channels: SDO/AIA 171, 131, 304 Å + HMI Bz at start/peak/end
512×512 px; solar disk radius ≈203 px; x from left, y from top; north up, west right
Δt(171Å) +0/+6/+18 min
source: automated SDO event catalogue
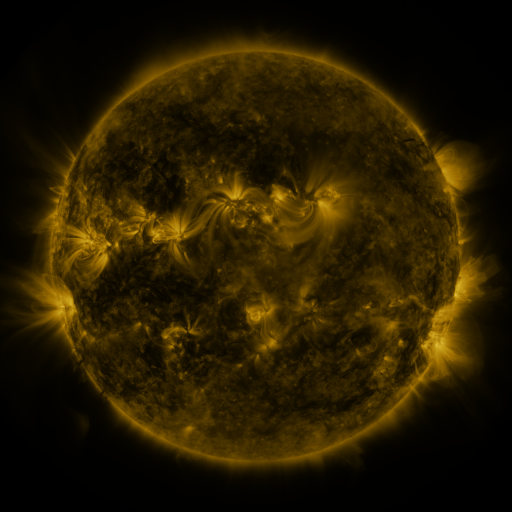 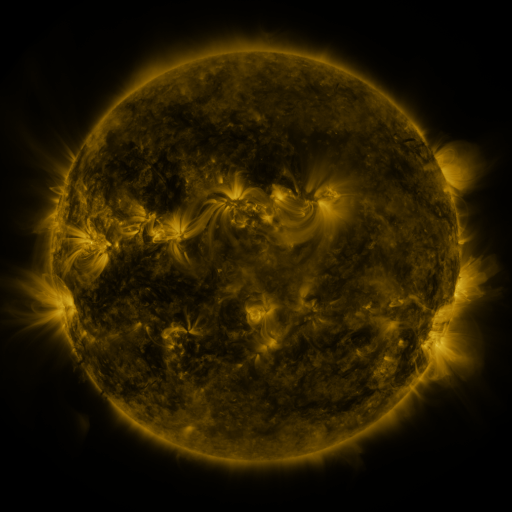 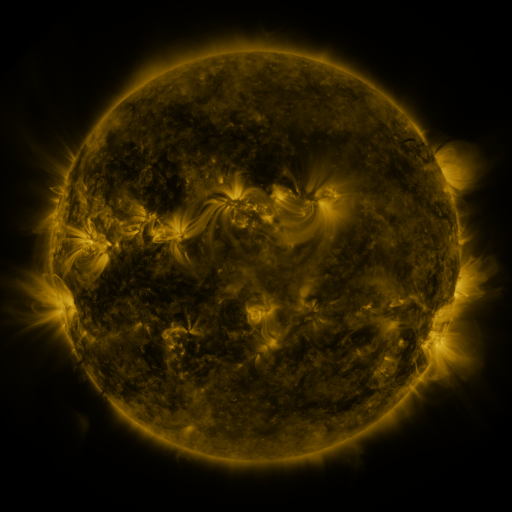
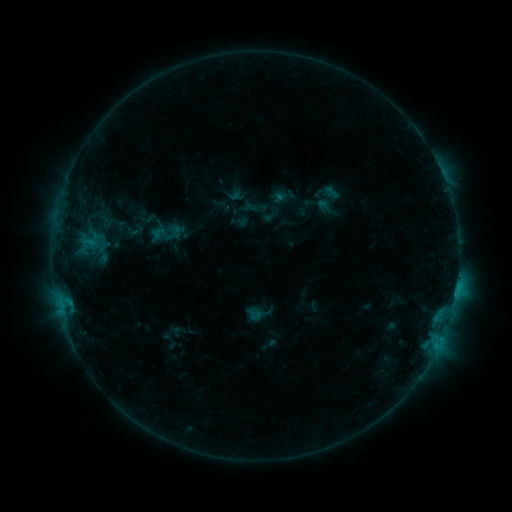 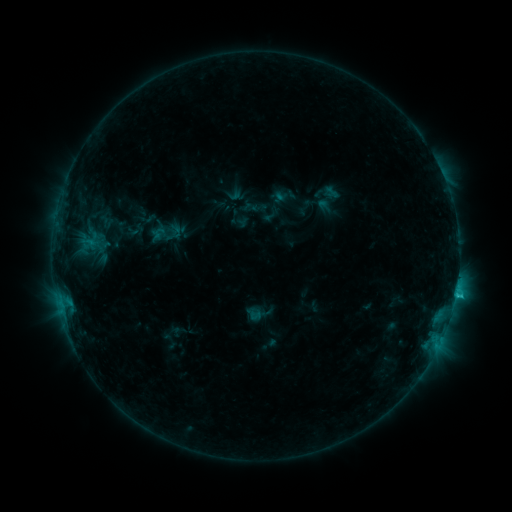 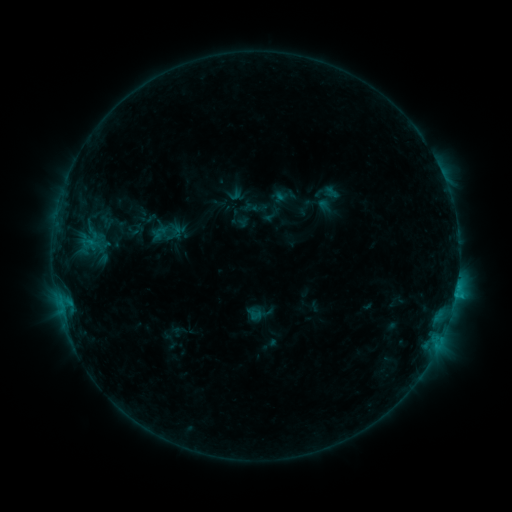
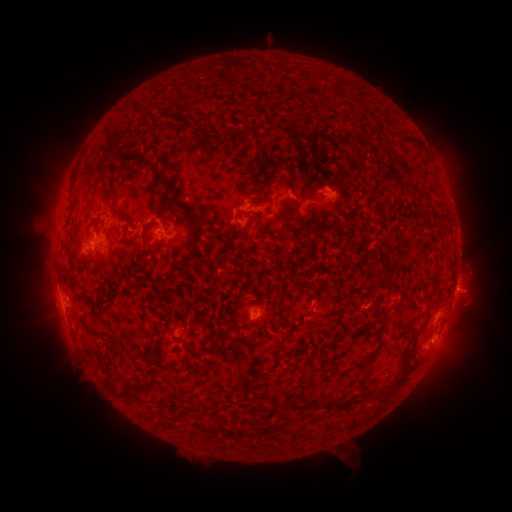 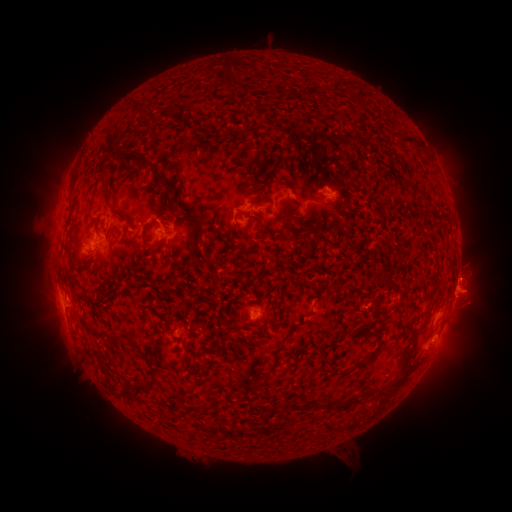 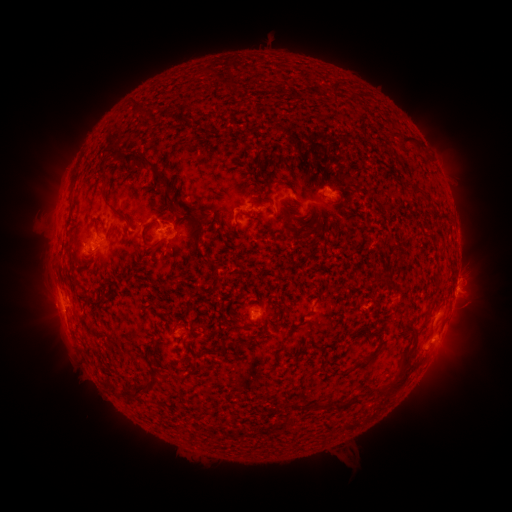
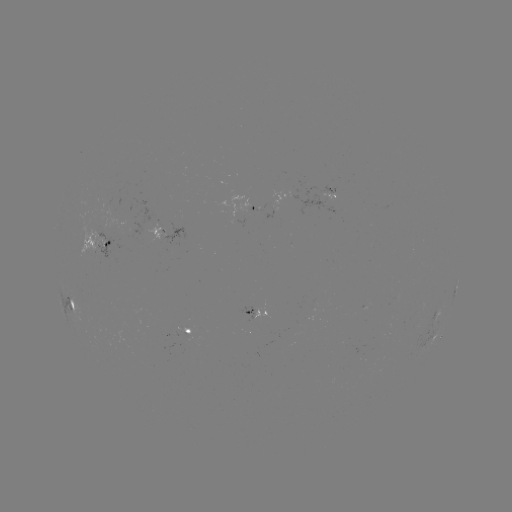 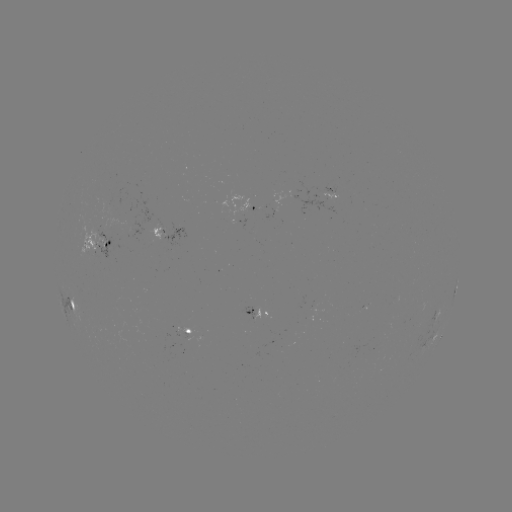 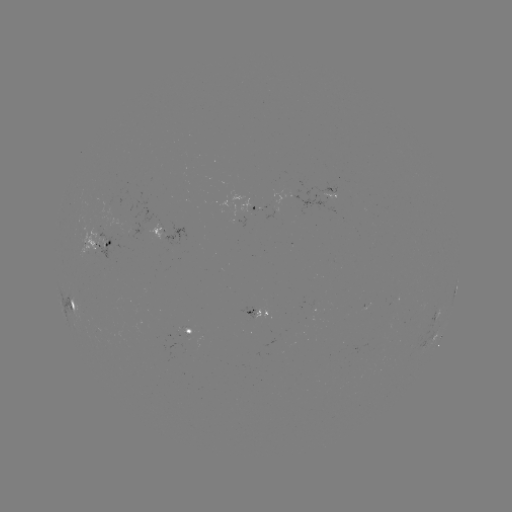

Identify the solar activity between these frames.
C1.2 flare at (455, 295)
